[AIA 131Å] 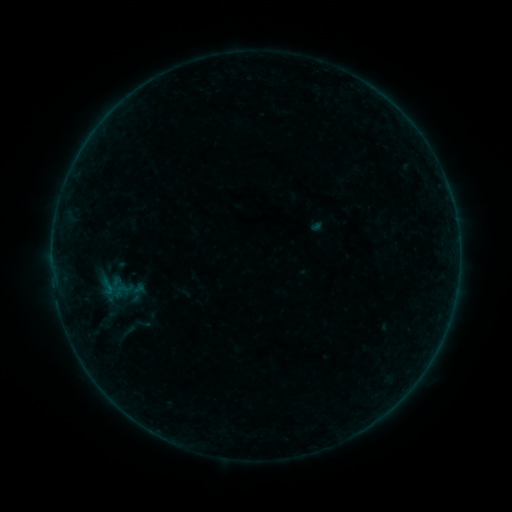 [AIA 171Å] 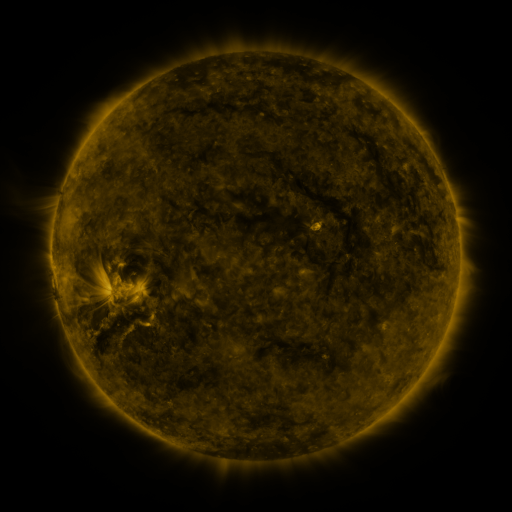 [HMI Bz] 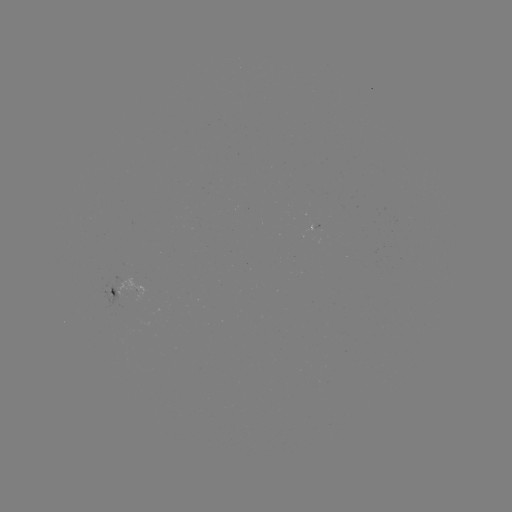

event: sigmoid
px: (107, 287)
